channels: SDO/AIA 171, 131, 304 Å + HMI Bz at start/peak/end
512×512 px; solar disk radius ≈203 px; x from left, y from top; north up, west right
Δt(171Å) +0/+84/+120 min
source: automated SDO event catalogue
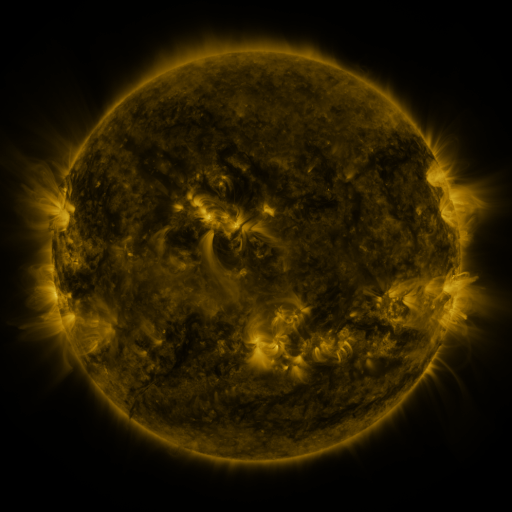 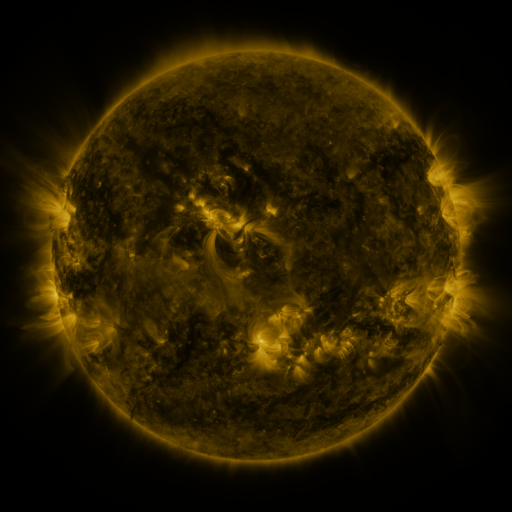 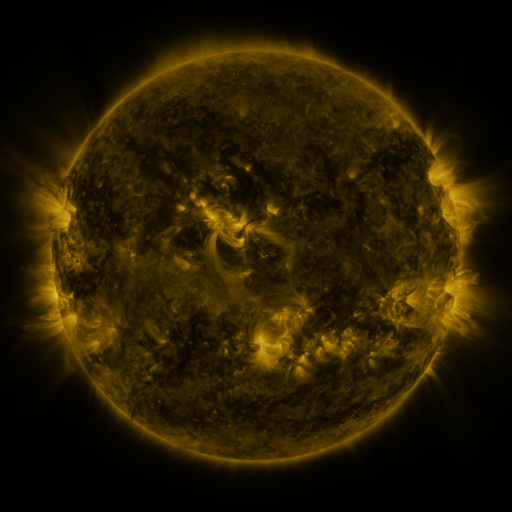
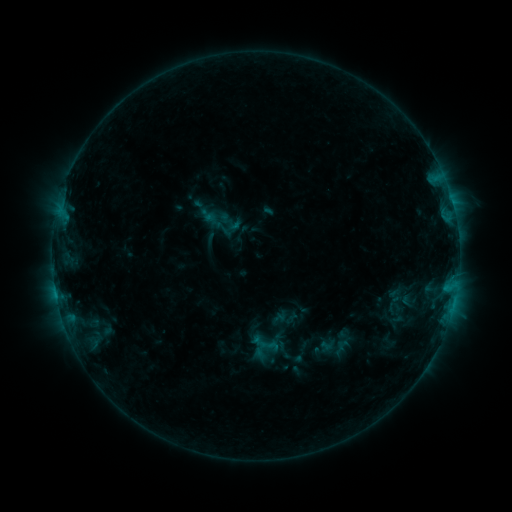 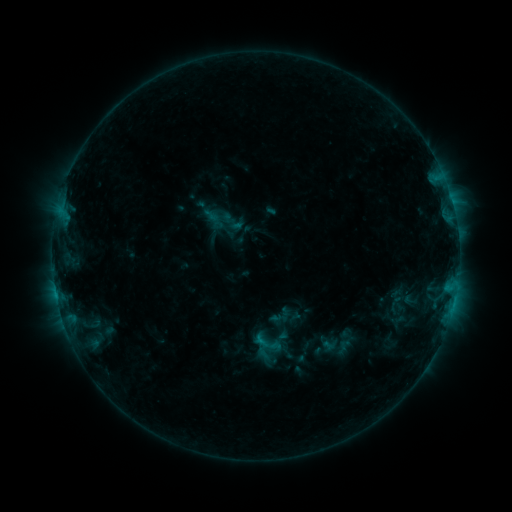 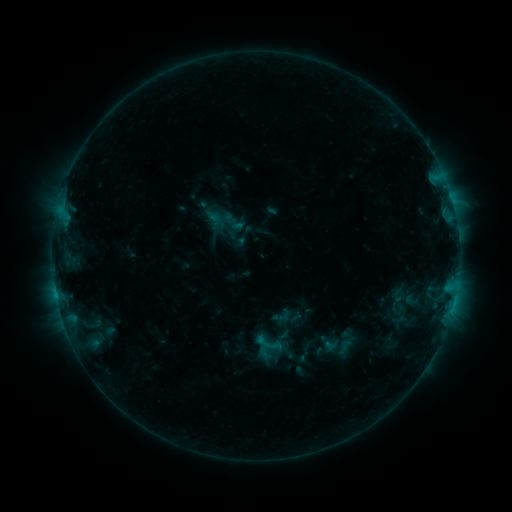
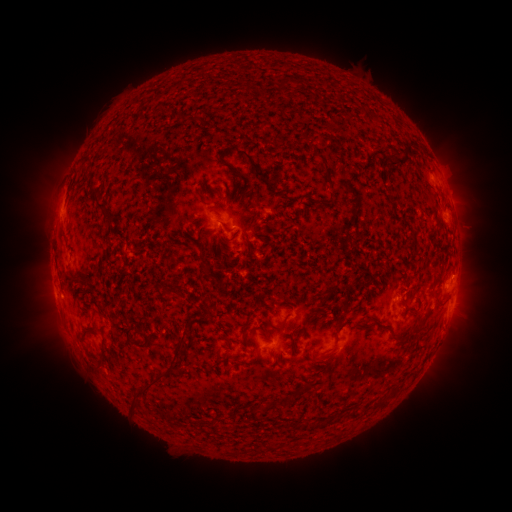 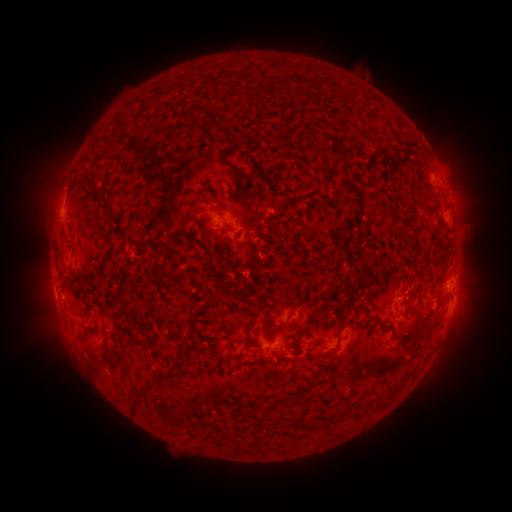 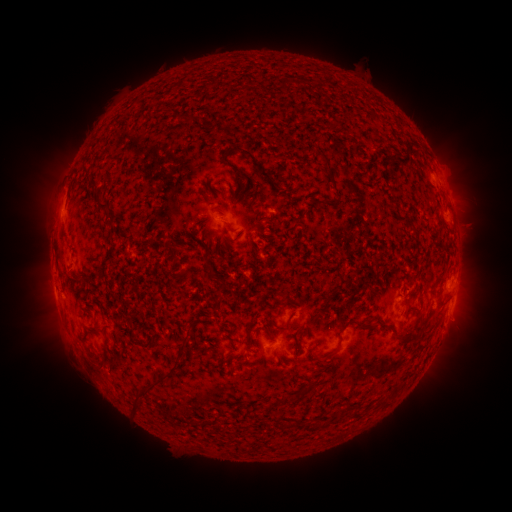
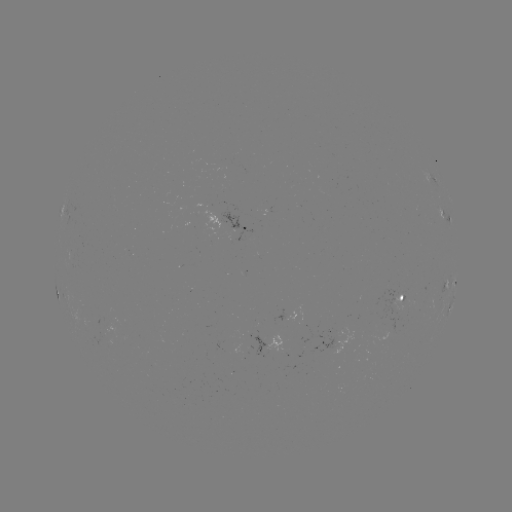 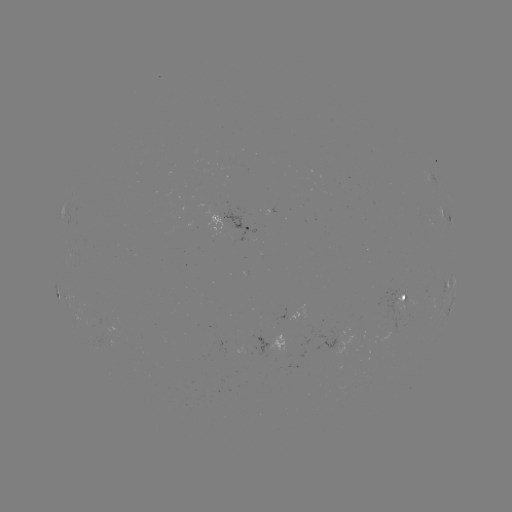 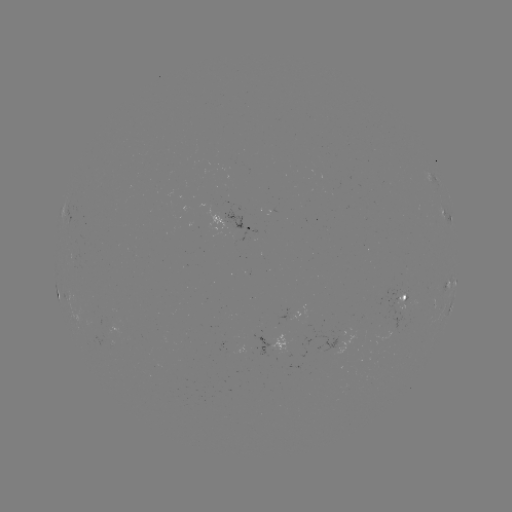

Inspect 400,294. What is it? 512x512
emerging-flux region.